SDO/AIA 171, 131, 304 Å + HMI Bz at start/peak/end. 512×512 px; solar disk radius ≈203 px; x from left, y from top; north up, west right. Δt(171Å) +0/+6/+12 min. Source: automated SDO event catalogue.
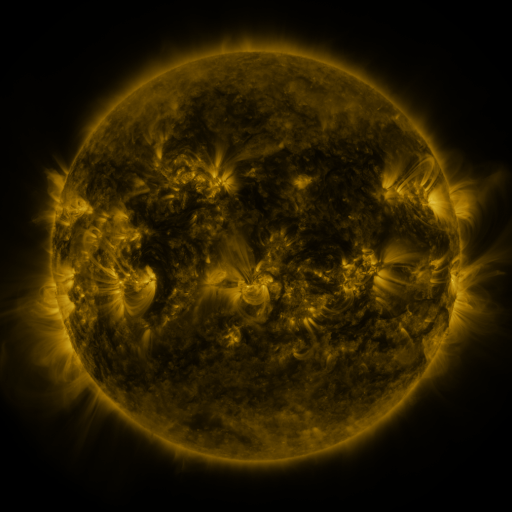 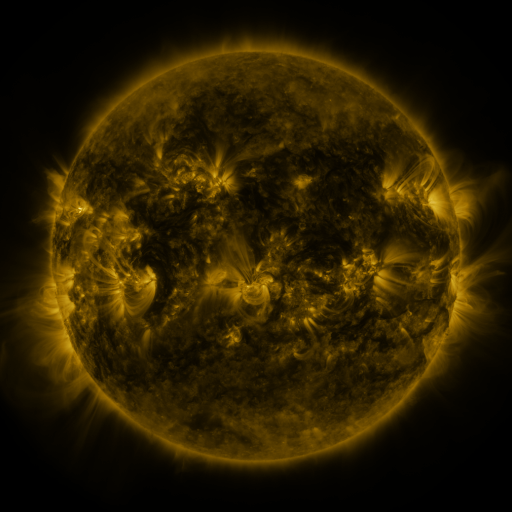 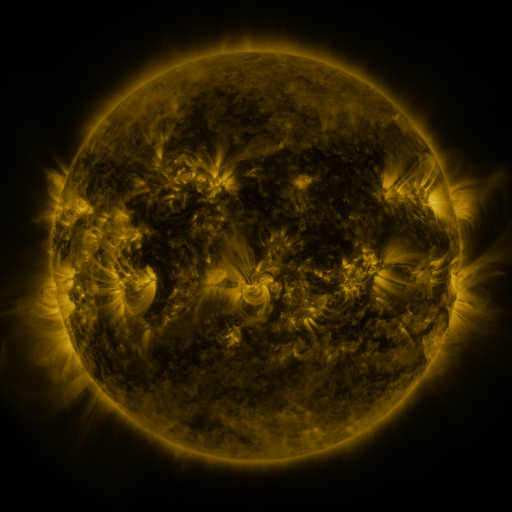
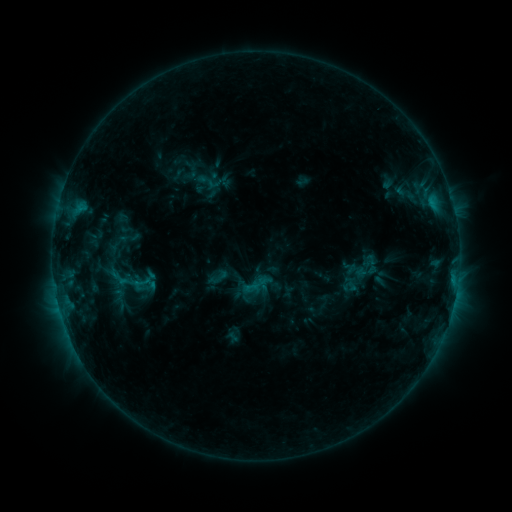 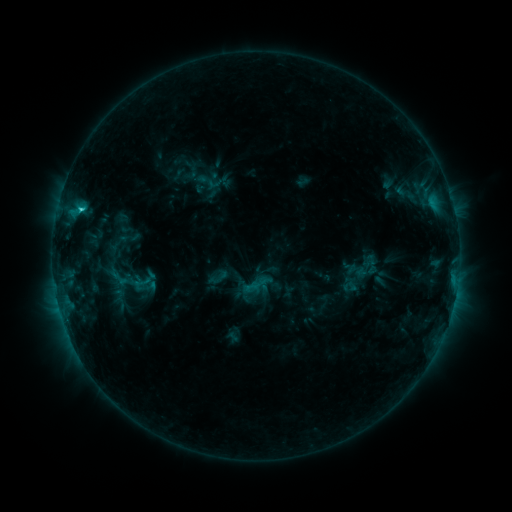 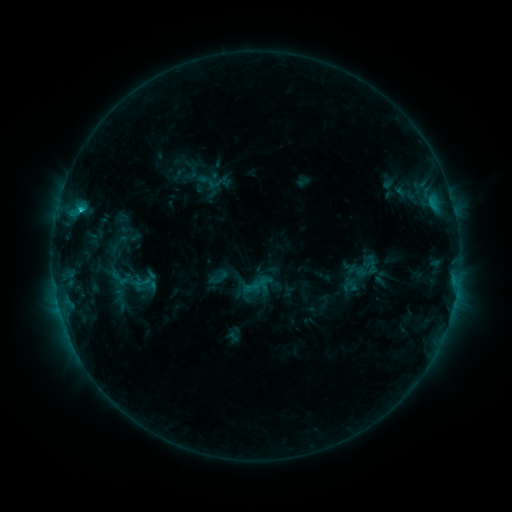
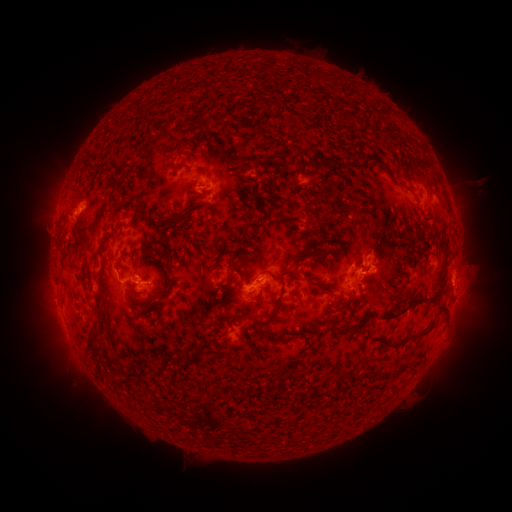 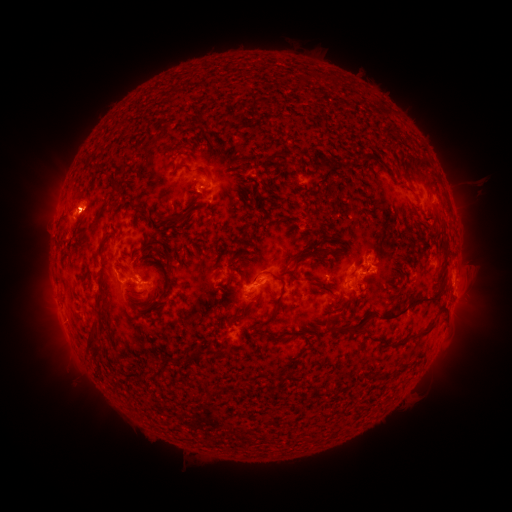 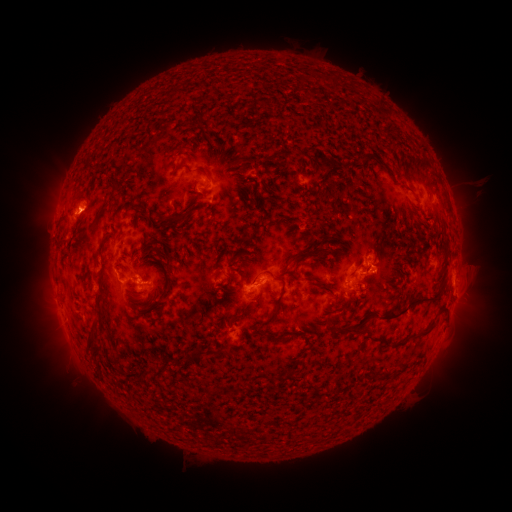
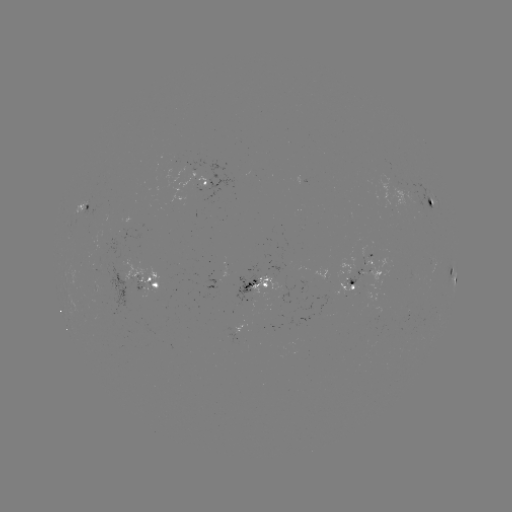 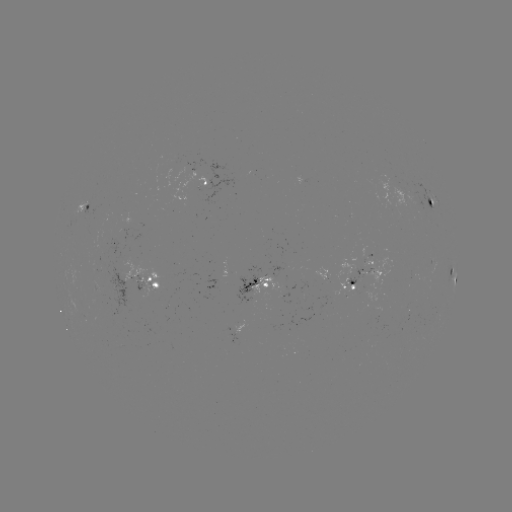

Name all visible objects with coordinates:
C1.7 flare: (81, 212)
